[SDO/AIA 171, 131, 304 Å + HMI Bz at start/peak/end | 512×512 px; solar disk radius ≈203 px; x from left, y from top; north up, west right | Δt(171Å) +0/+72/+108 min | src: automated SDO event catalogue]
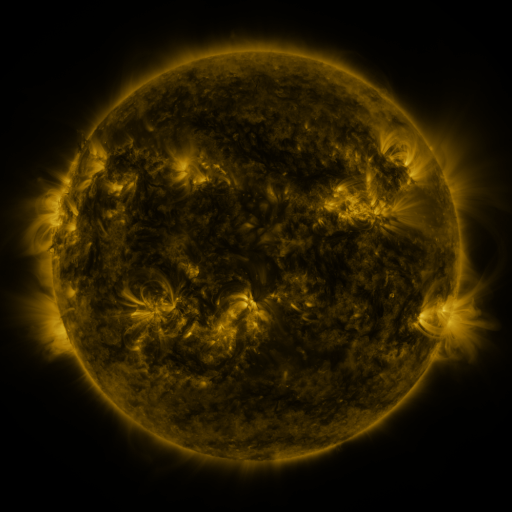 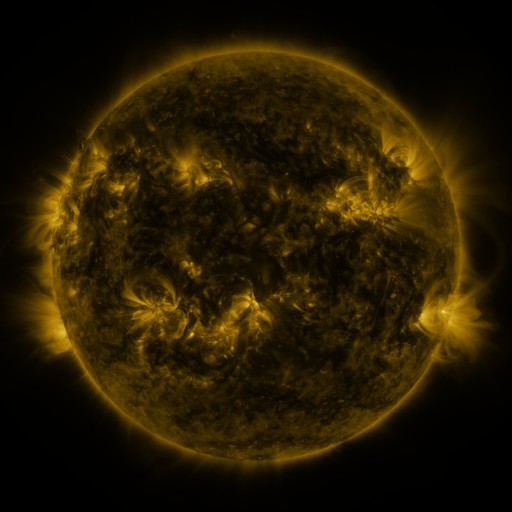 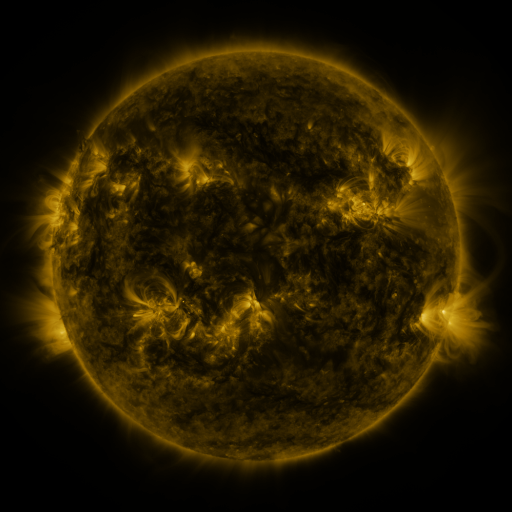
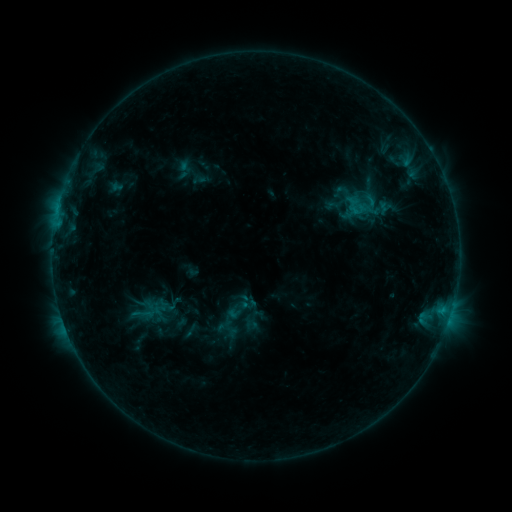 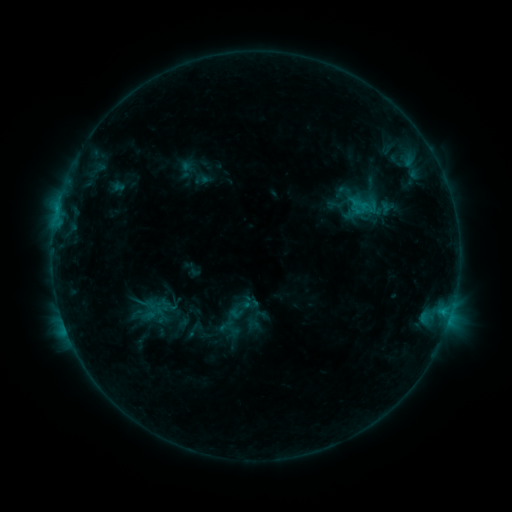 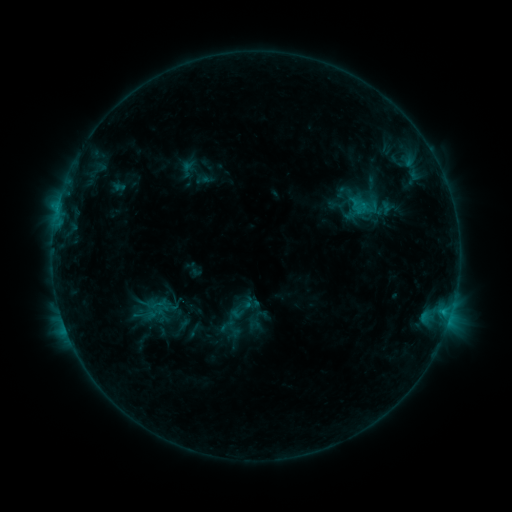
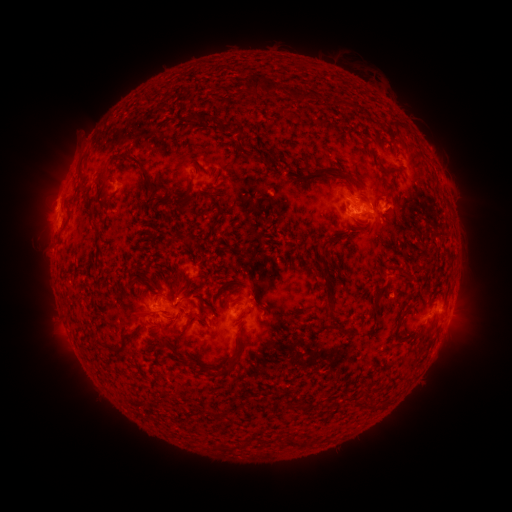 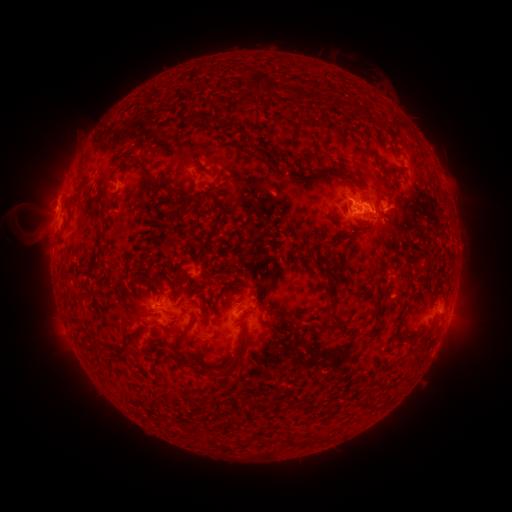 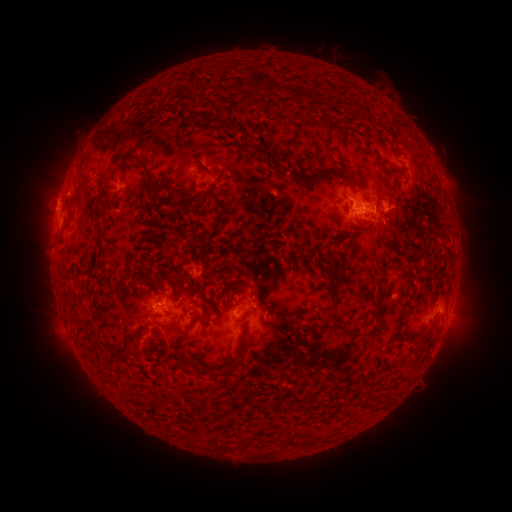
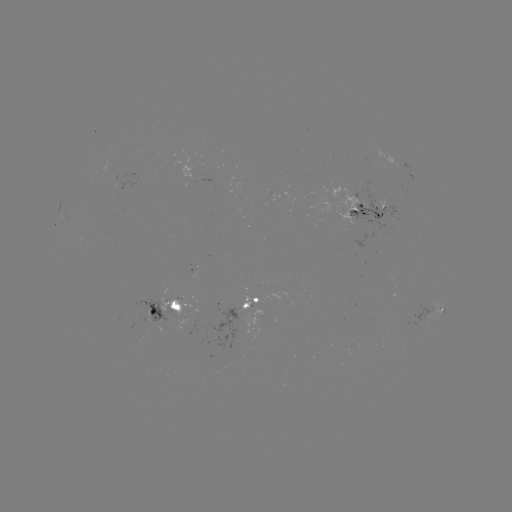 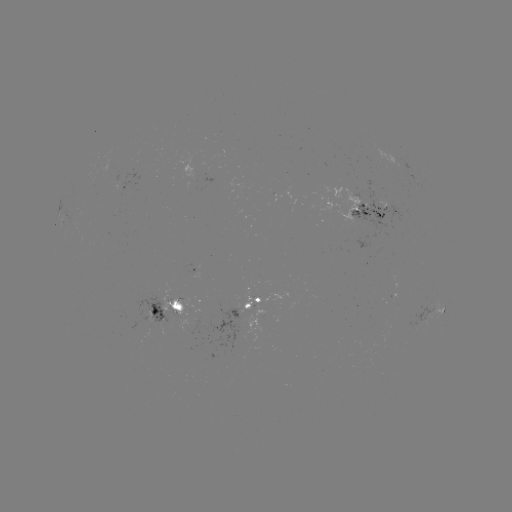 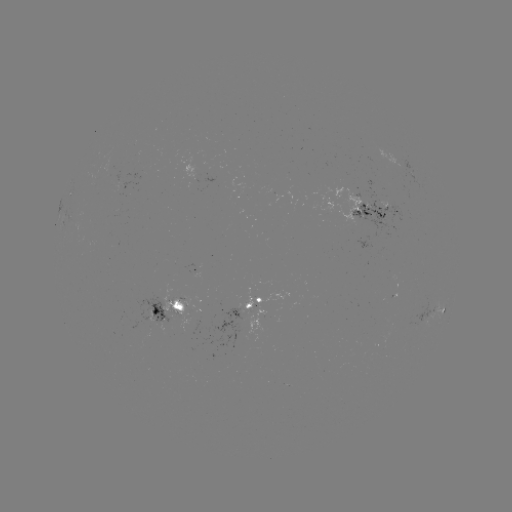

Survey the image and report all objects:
emerging-flux region: (119, 180)
